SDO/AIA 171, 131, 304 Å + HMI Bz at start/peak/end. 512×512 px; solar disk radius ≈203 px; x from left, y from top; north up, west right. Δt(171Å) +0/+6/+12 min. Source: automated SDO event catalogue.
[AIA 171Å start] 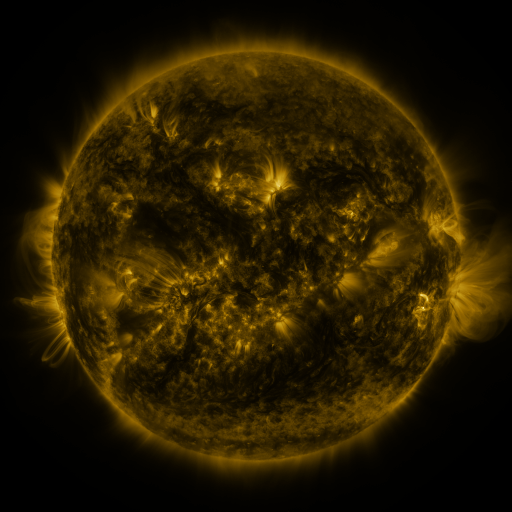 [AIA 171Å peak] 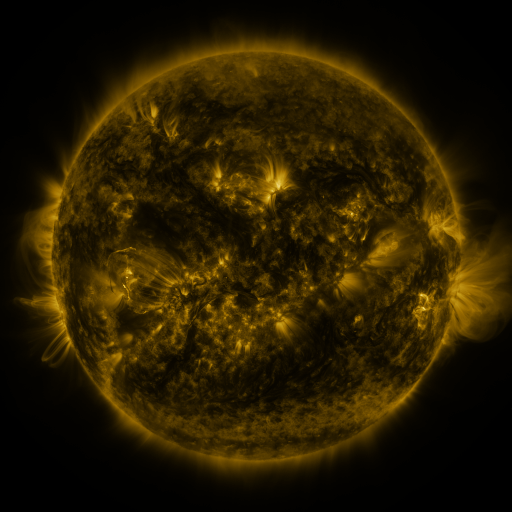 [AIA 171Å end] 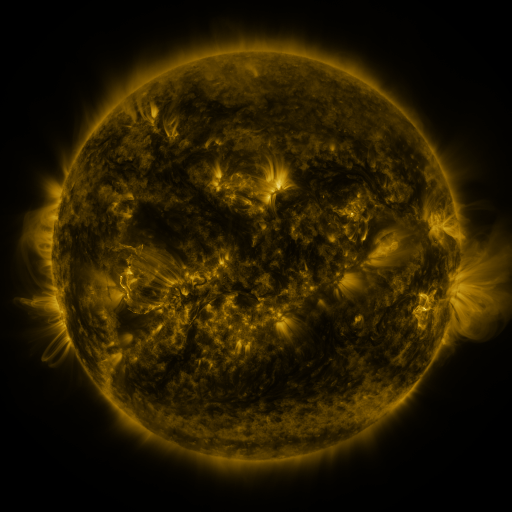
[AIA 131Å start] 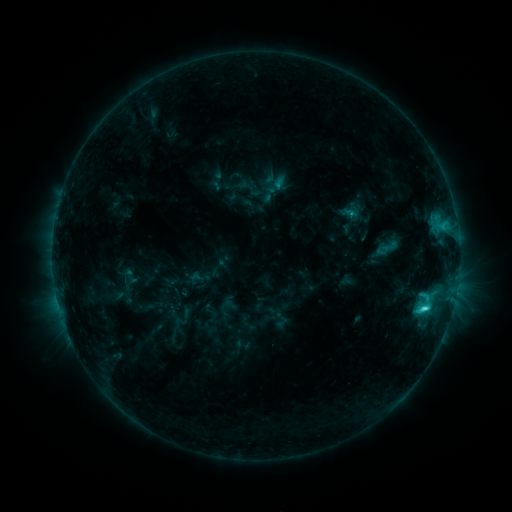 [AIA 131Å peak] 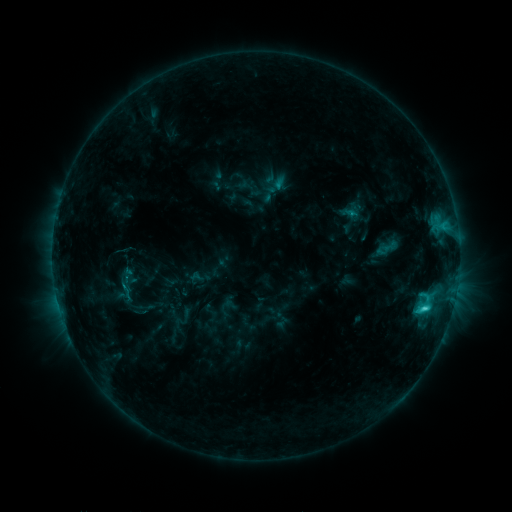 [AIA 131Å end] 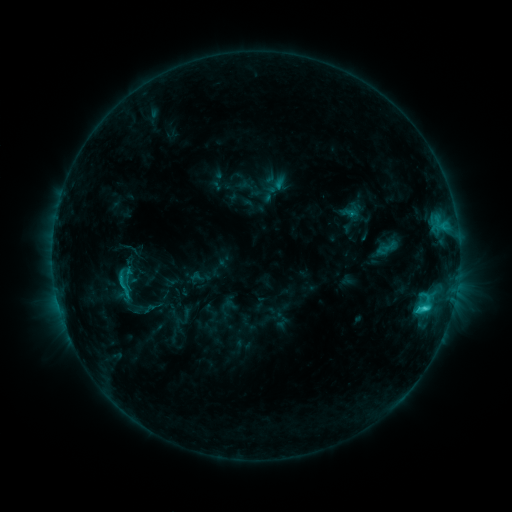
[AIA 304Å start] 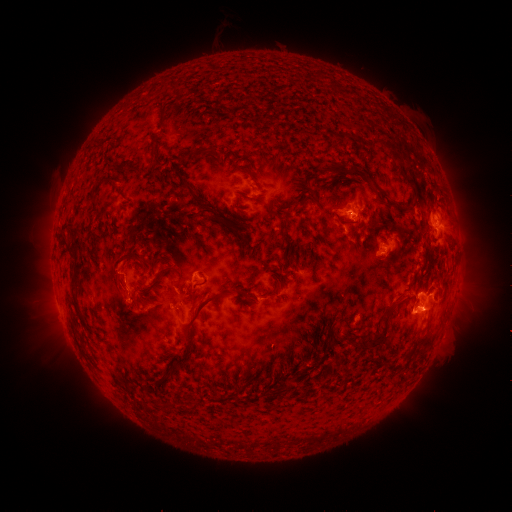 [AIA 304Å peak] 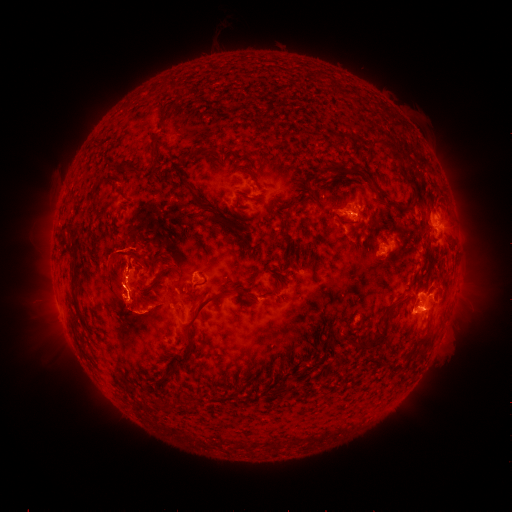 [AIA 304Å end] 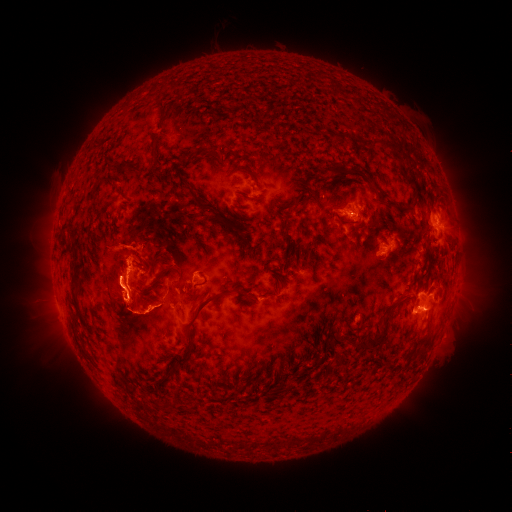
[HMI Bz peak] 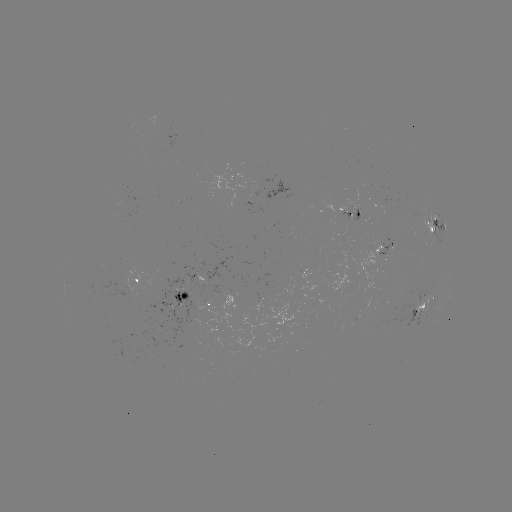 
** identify C3.7 flare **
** [417, 307] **